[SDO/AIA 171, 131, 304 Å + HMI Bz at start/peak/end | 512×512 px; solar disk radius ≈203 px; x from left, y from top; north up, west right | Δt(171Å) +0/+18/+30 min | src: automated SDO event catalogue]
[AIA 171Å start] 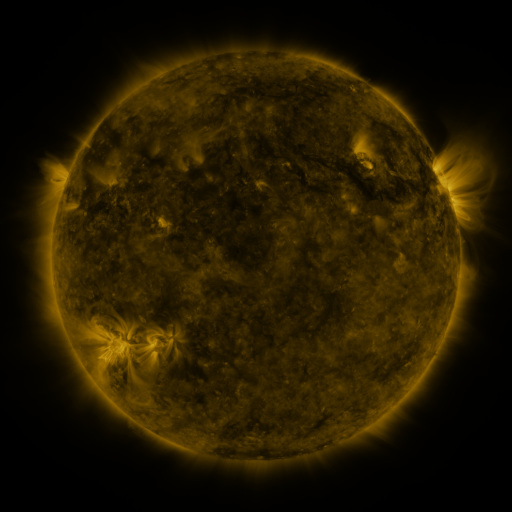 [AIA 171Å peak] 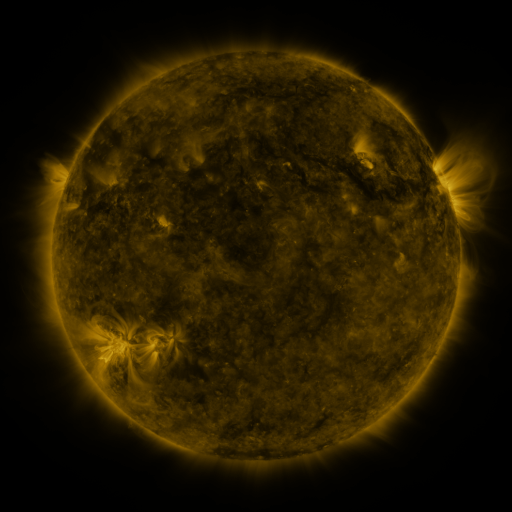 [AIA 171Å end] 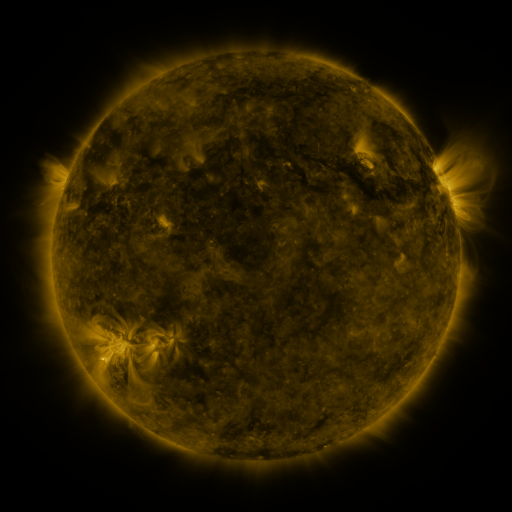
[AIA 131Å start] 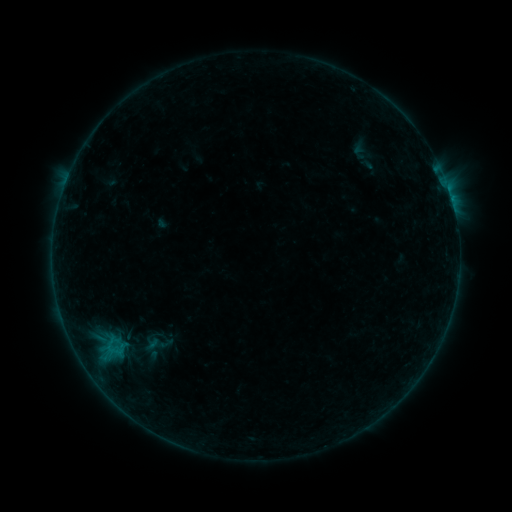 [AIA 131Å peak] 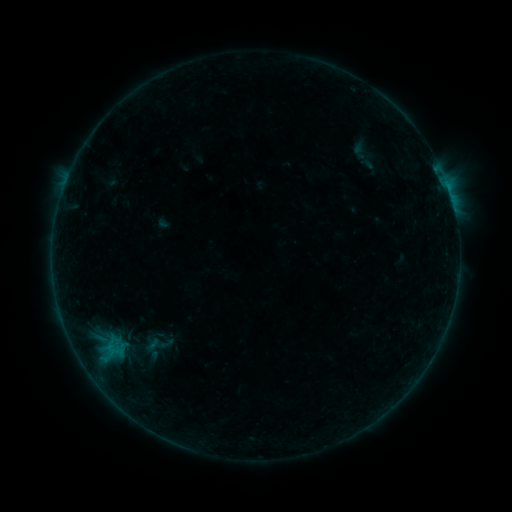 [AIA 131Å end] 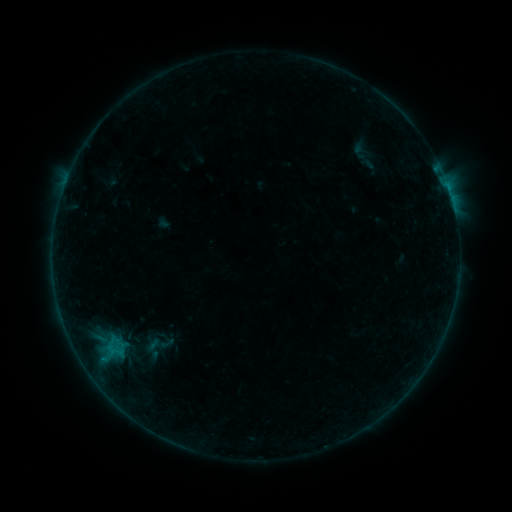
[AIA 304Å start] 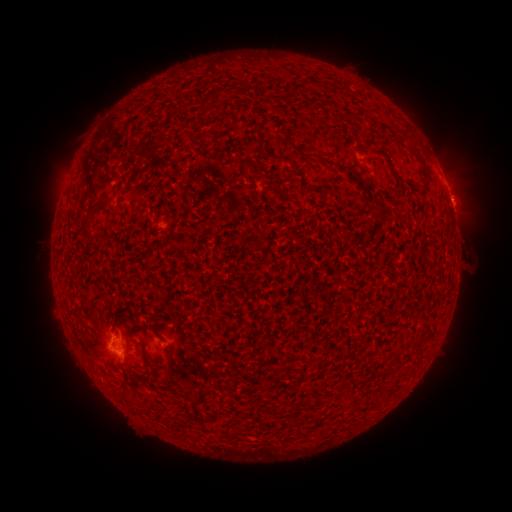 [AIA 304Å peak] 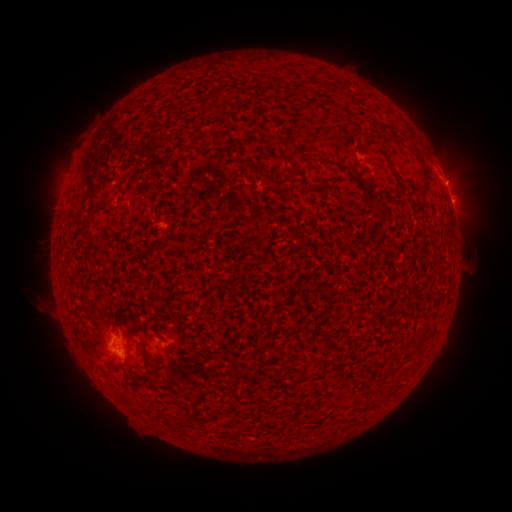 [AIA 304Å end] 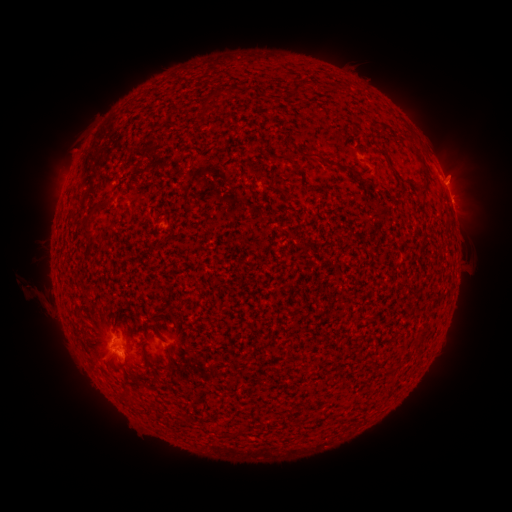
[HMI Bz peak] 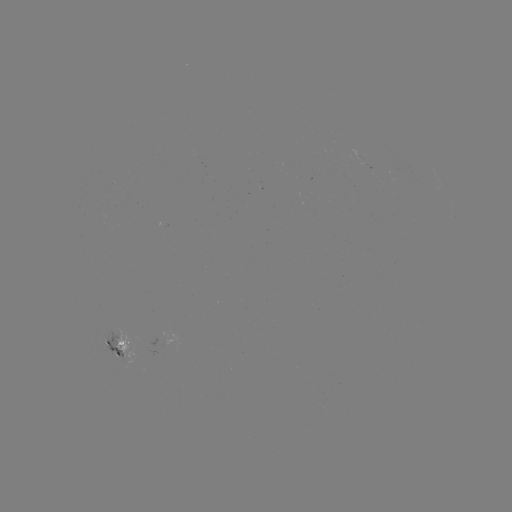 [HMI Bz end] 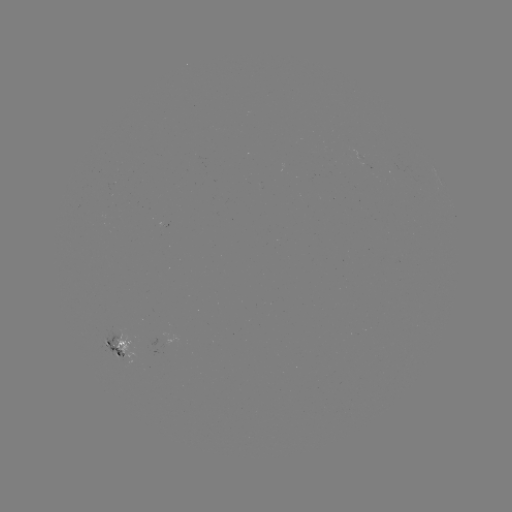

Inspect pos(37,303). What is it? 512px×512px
eruption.